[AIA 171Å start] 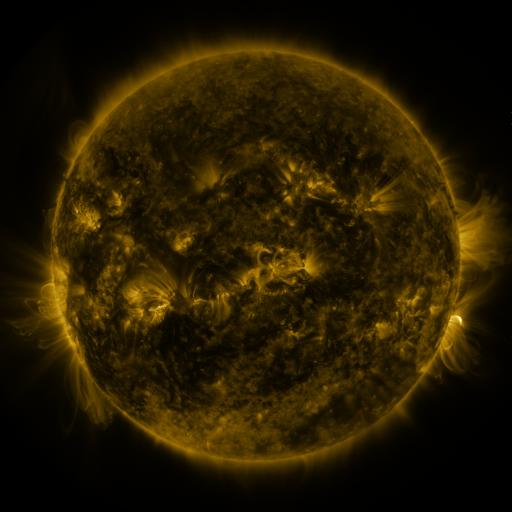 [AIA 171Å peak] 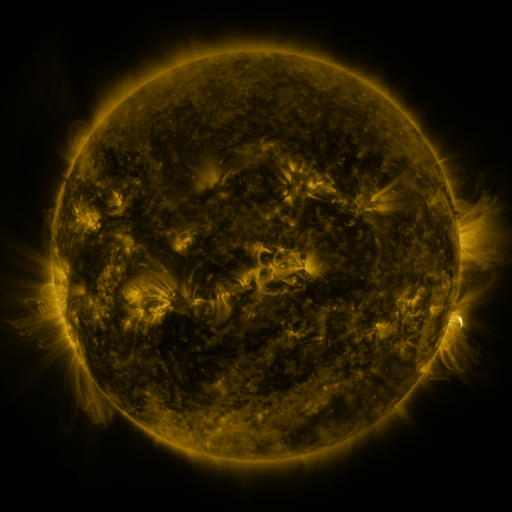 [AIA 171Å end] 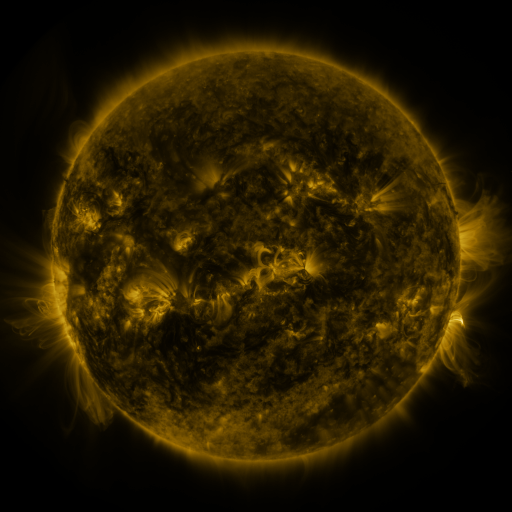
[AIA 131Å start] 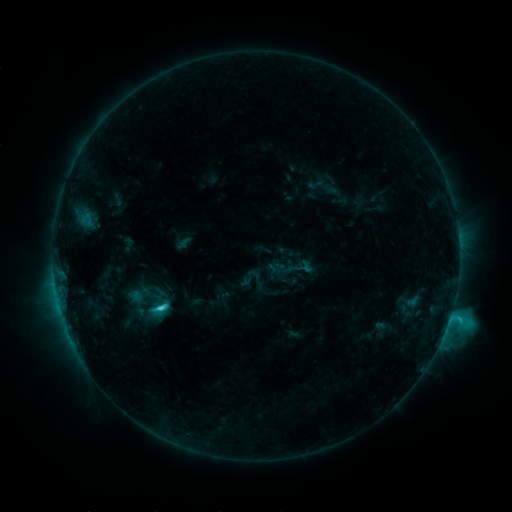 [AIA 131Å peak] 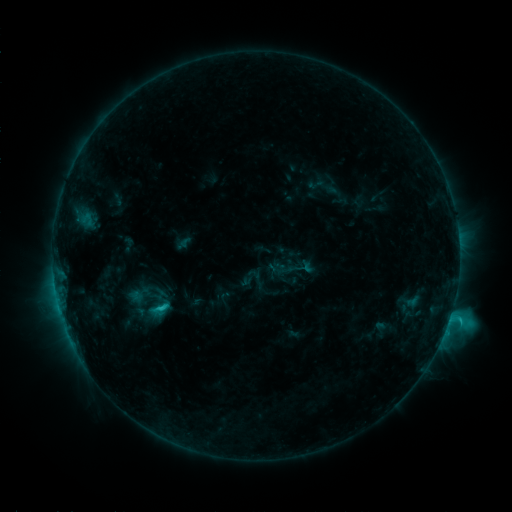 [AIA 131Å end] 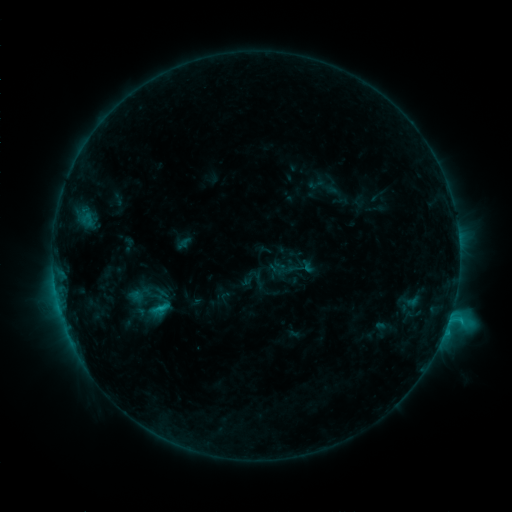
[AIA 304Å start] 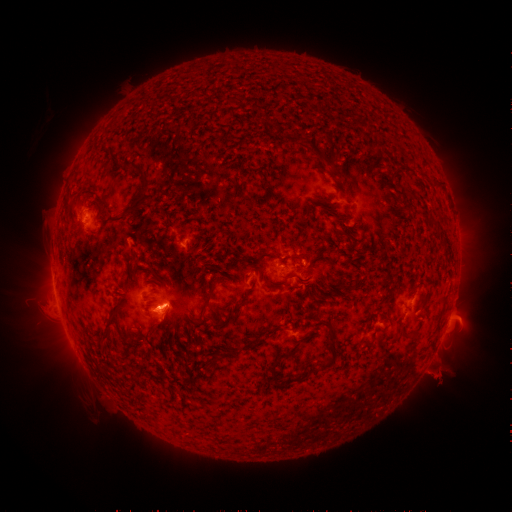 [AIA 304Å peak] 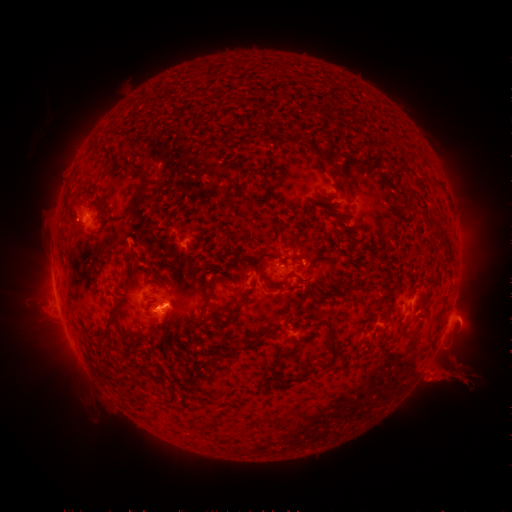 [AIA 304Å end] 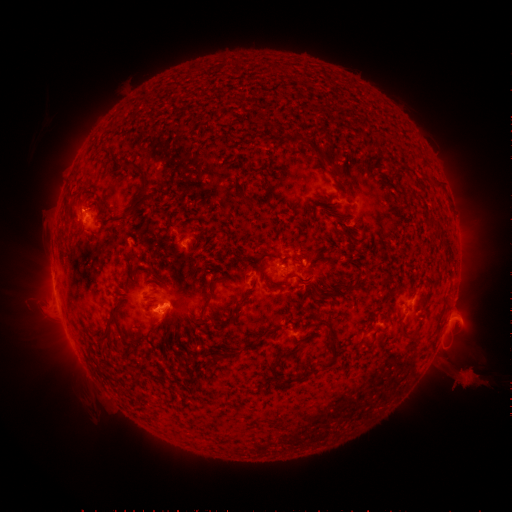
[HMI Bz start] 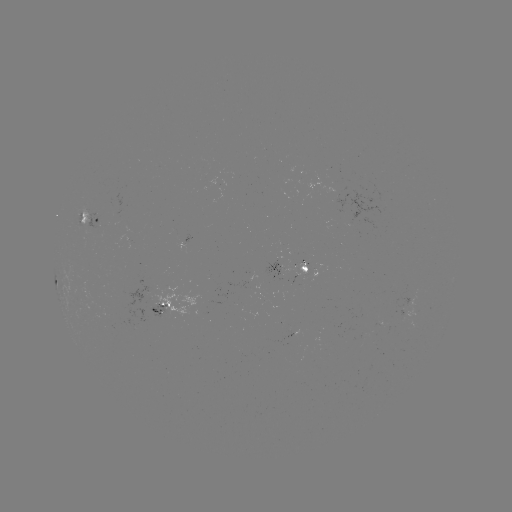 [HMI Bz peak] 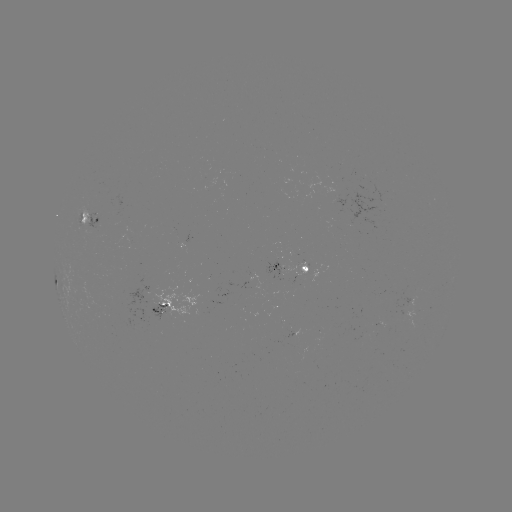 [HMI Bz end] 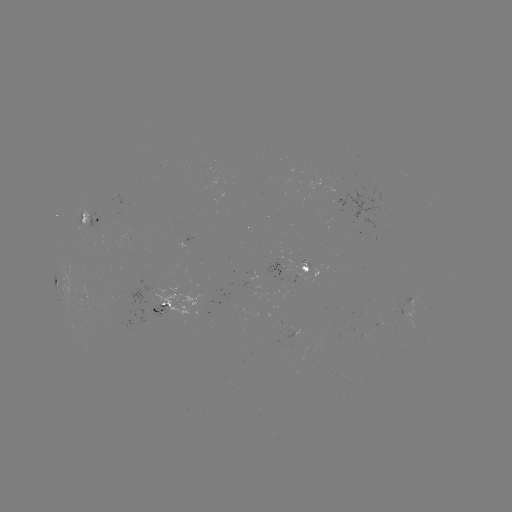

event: eruption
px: (452, 375)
